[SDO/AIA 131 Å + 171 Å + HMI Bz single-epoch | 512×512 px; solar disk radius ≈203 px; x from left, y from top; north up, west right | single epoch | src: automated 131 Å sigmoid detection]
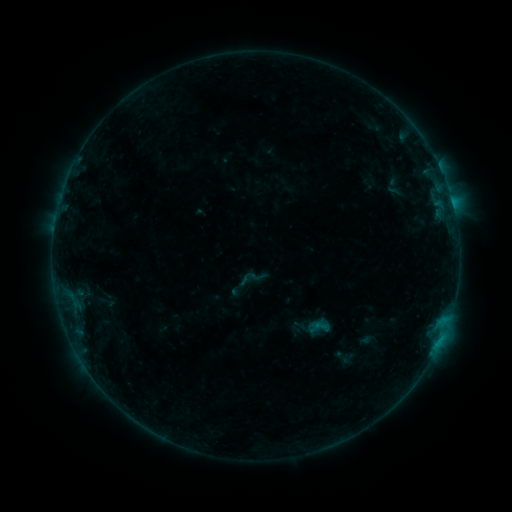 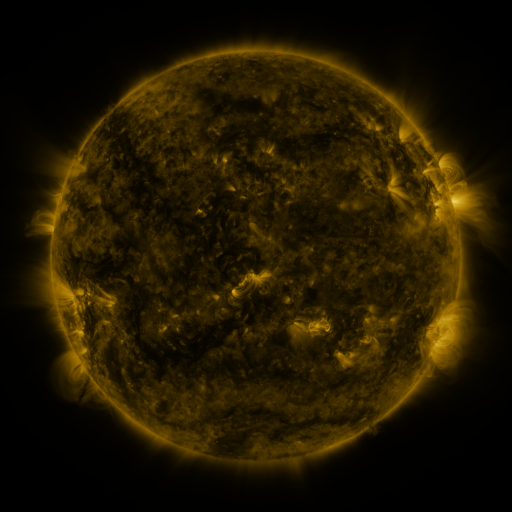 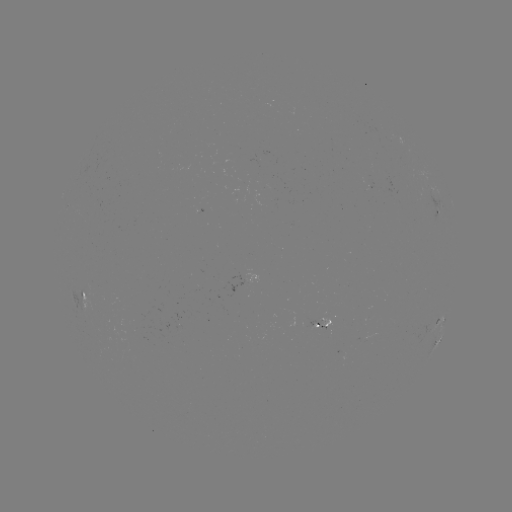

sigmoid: <bbox>237, 264, 265, 292</bbox>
